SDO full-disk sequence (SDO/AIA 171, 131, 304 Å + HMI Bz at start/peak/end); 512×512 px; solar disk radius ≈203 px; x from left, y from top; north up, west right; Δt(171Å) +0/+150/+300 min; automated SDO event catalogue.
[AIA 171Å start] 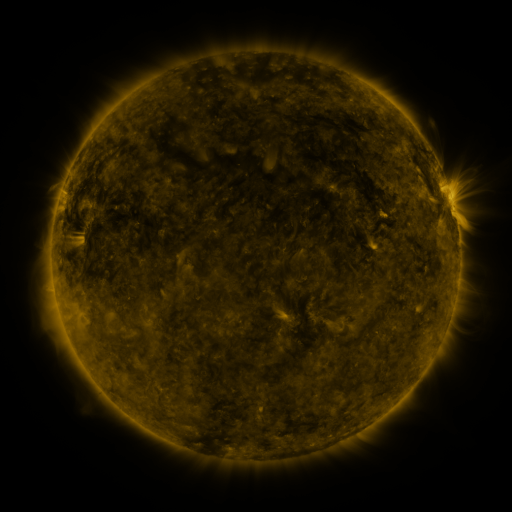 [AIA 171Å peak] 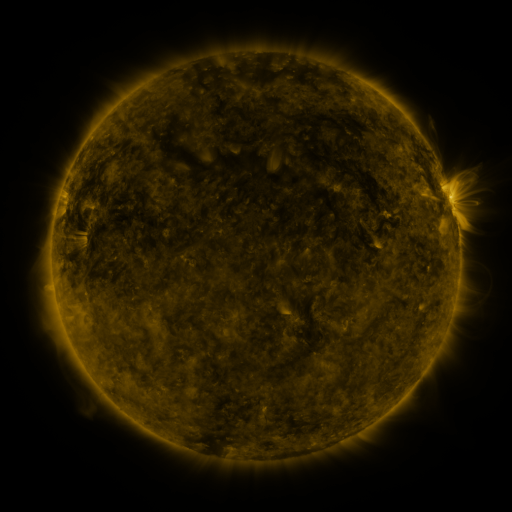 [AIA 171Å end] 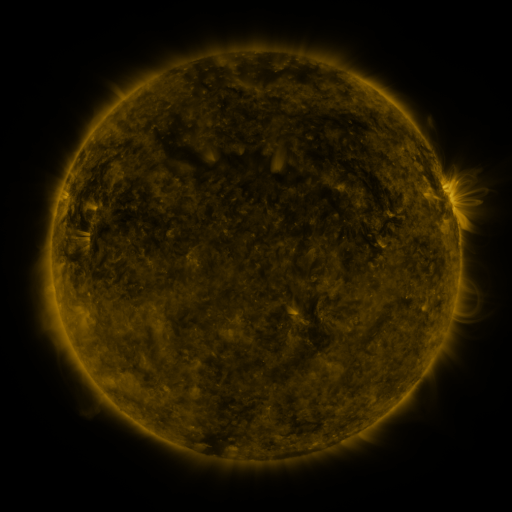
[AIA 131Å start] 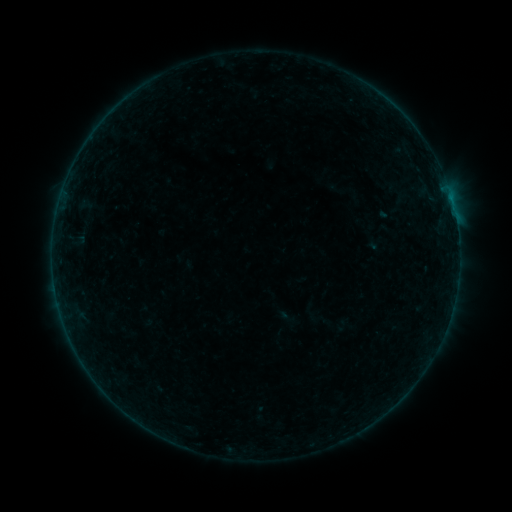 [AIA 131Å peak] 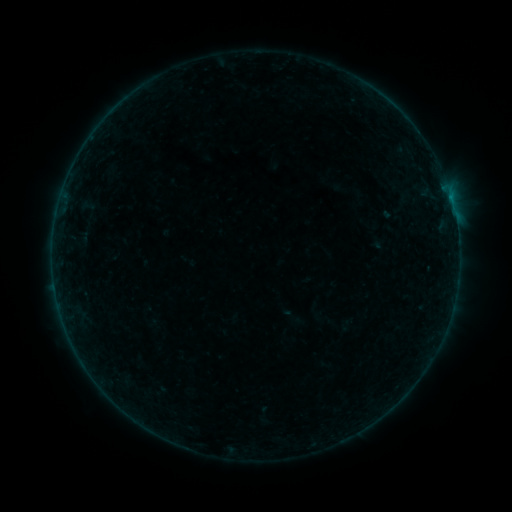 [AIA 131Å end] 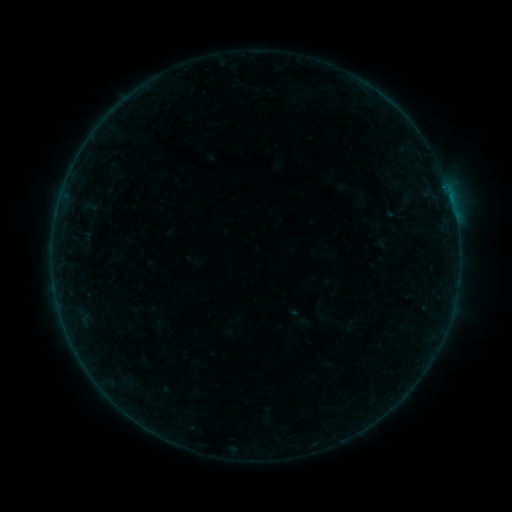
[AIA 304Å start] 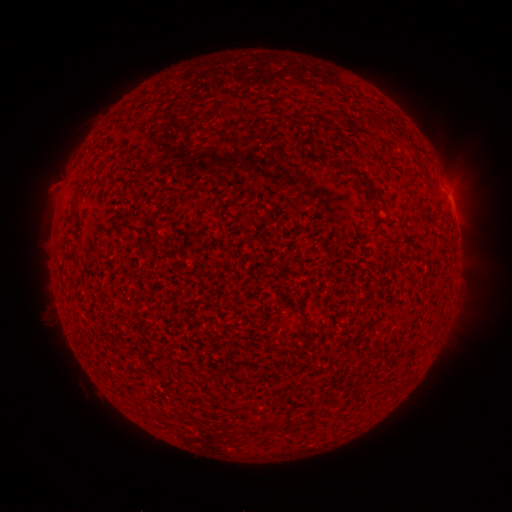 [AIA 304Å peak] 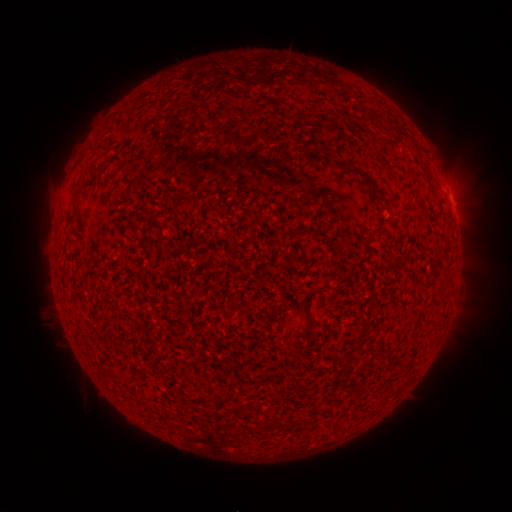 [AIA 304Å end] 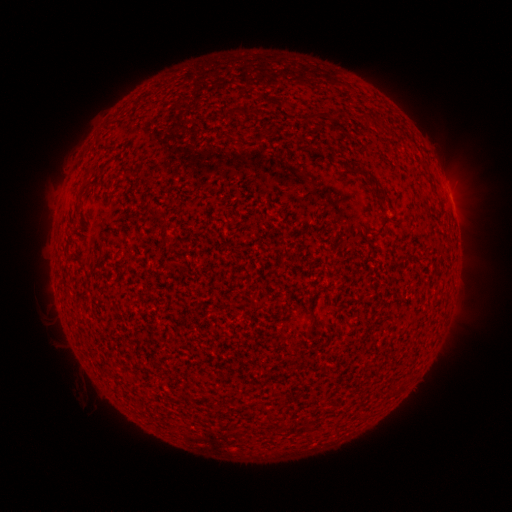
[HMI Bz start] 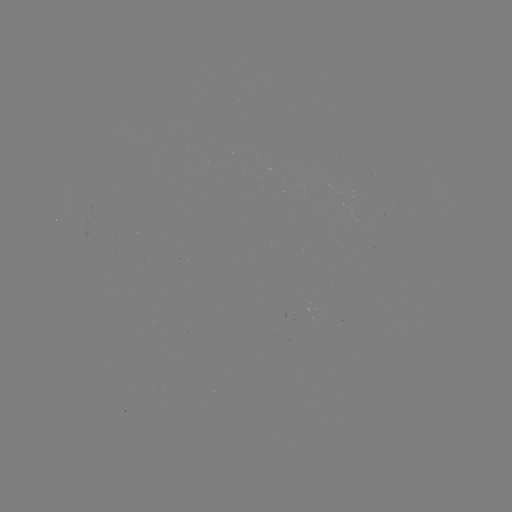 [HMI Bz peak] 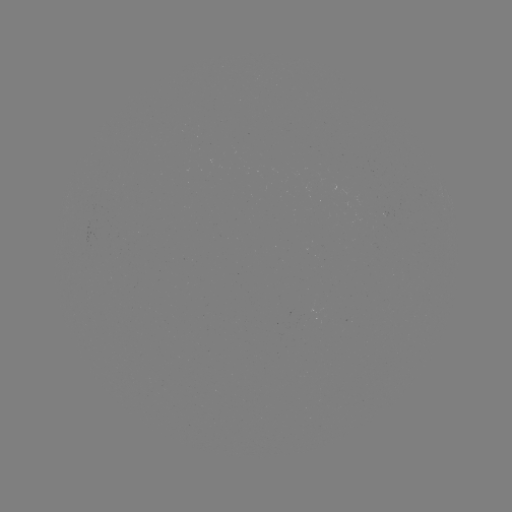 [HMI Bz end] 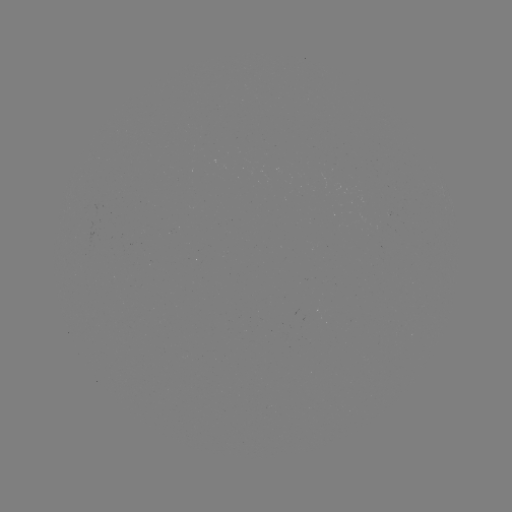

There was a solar filament eruption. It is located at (212, 119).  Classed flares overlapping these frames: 2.